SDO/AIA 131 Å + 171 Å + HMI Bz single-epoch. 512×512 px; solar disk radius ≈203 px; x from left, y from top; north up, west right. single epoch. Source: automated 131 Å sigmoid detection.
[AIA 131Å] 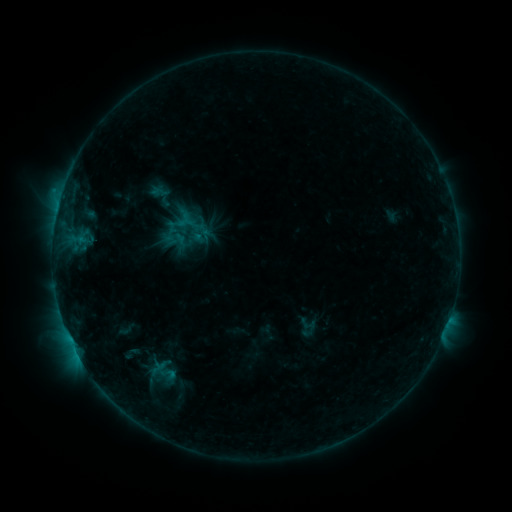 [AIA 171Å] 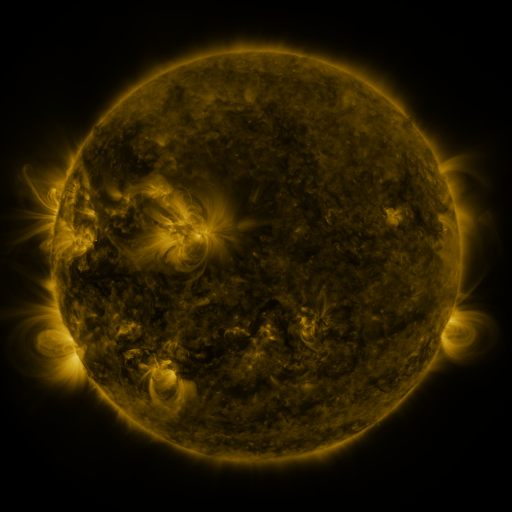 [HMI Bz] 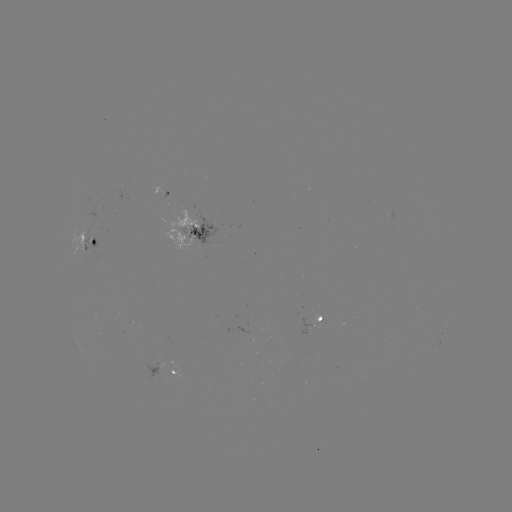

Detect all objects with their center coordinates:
sigmoid: (189, 224)
sigmoid: (177, 241)
sigmoid: (308, 327)
